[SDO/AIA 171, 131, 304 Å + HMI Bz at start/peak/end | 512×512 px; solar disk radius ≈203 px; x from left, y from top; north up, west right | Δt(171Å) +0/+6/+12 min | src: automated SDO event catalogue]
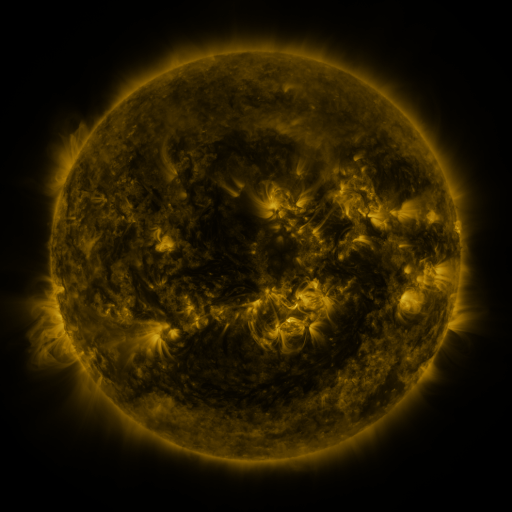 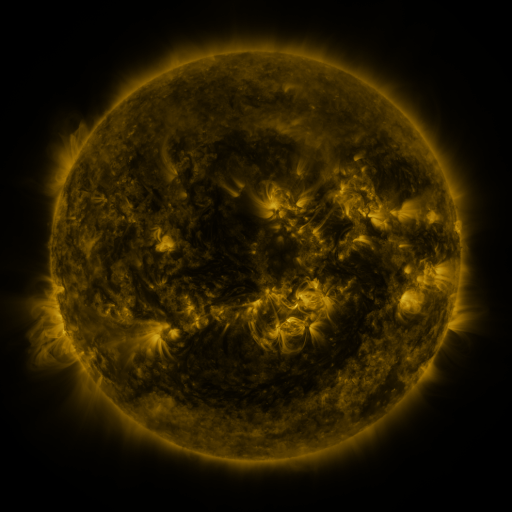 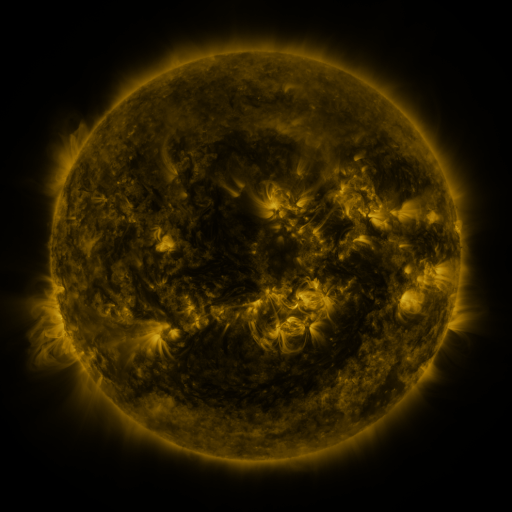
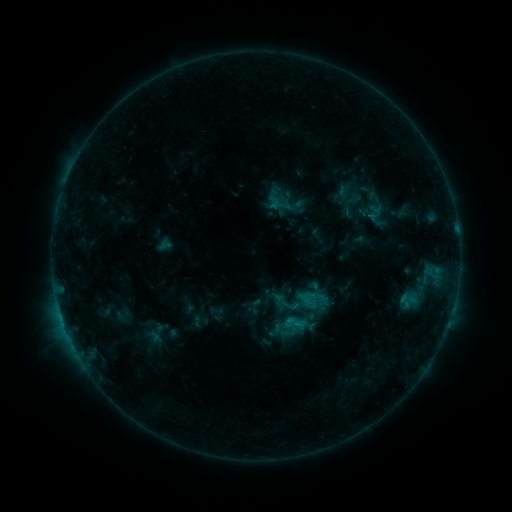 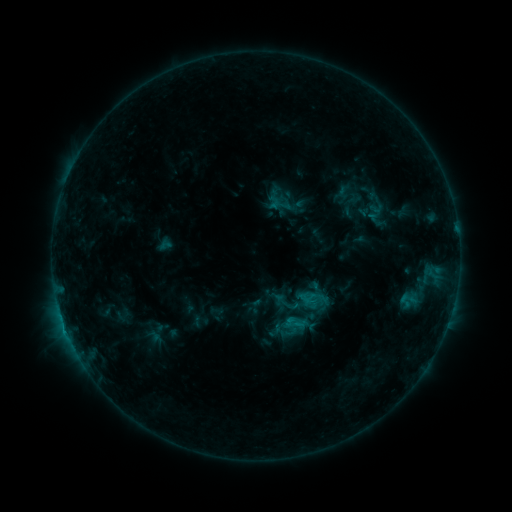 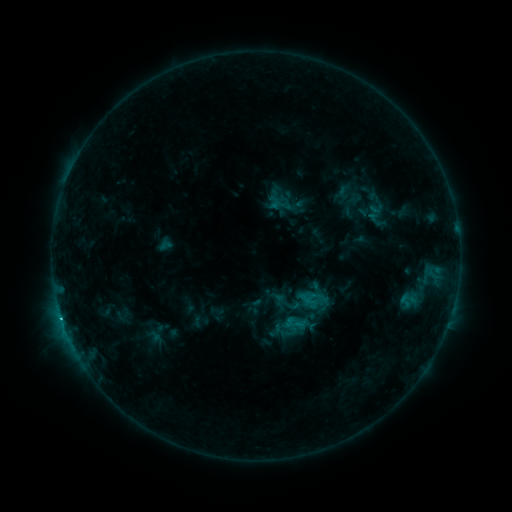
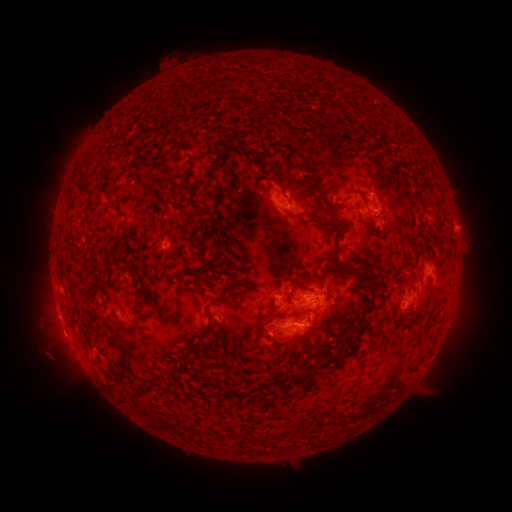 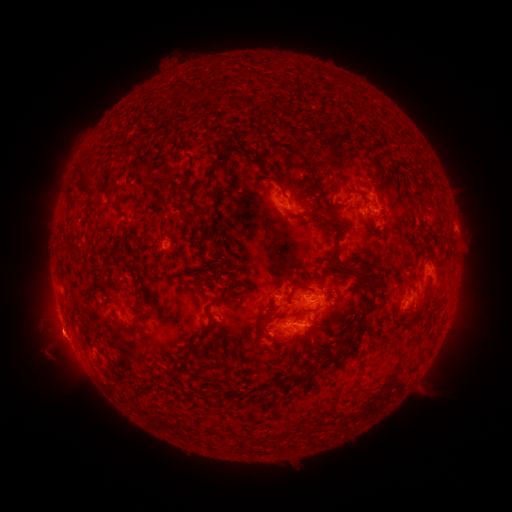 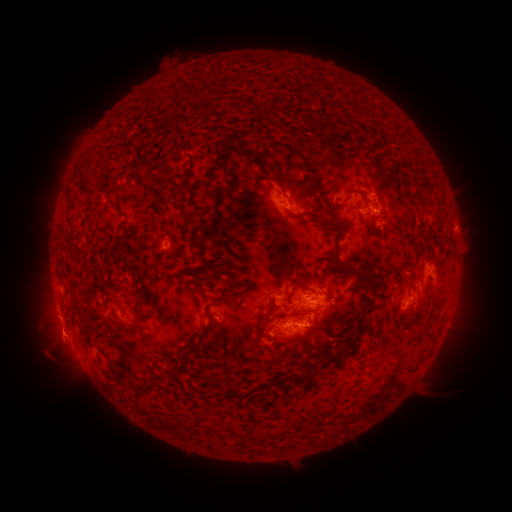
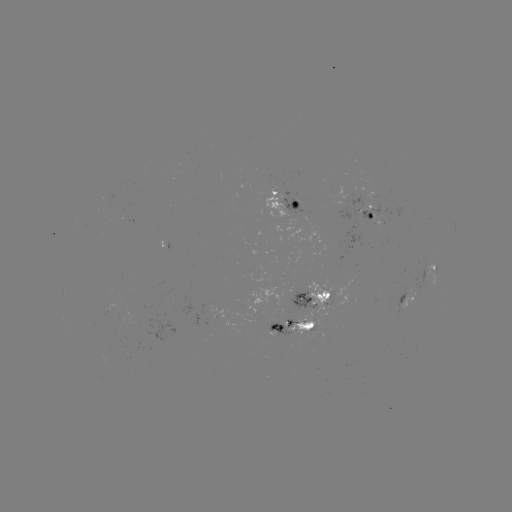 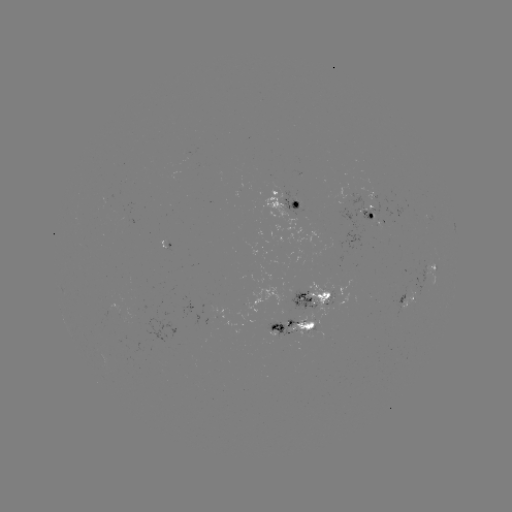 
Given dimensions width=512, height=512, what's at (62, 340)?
eruption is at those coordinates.